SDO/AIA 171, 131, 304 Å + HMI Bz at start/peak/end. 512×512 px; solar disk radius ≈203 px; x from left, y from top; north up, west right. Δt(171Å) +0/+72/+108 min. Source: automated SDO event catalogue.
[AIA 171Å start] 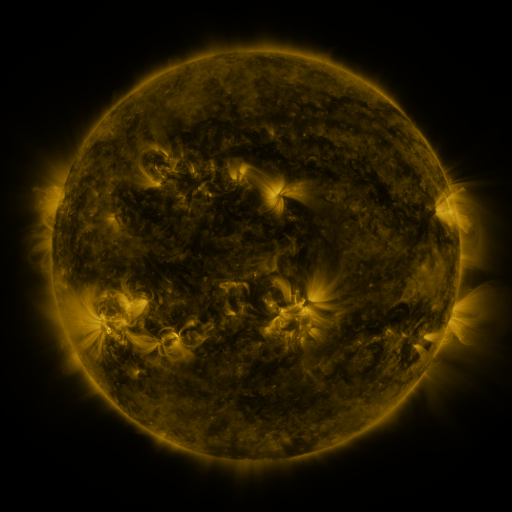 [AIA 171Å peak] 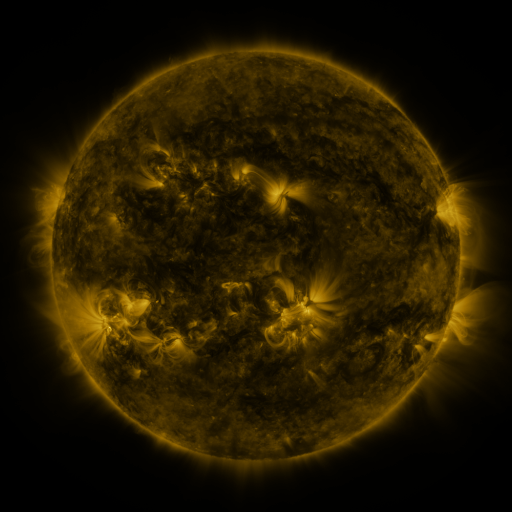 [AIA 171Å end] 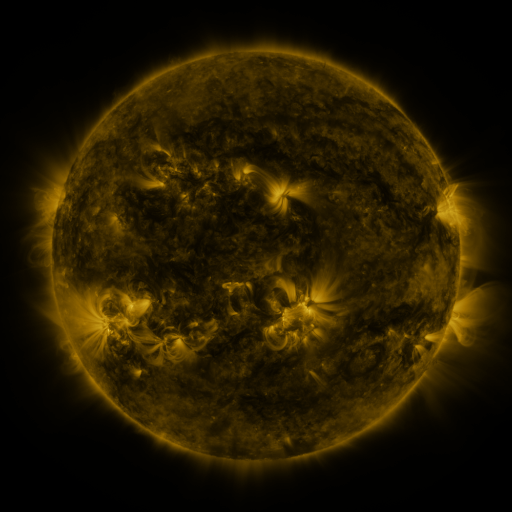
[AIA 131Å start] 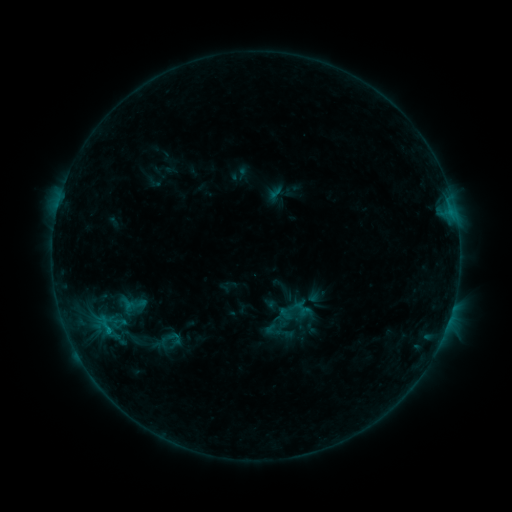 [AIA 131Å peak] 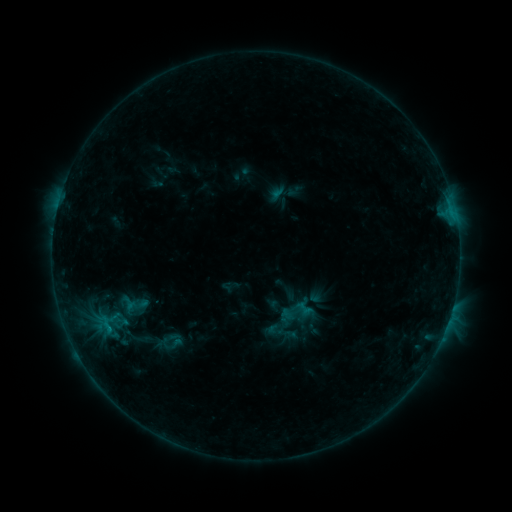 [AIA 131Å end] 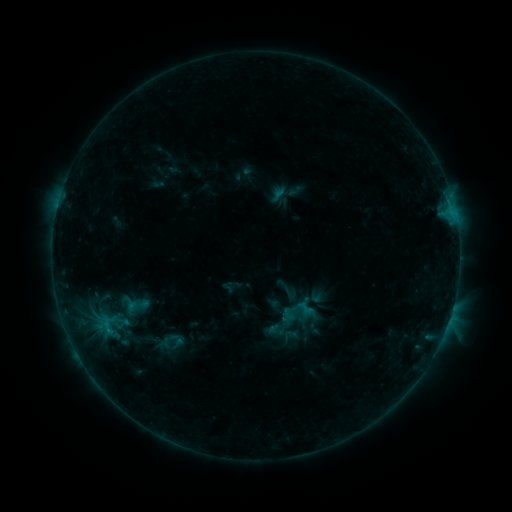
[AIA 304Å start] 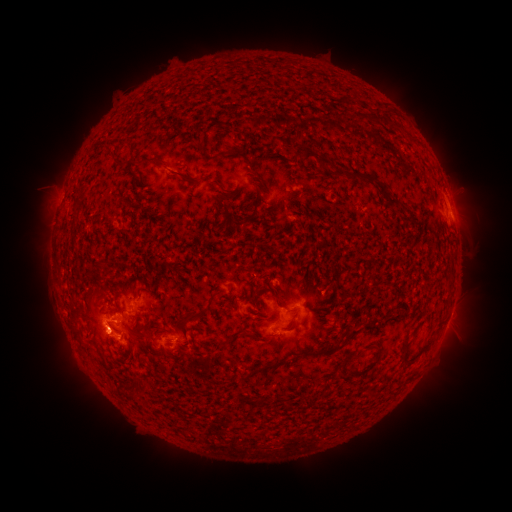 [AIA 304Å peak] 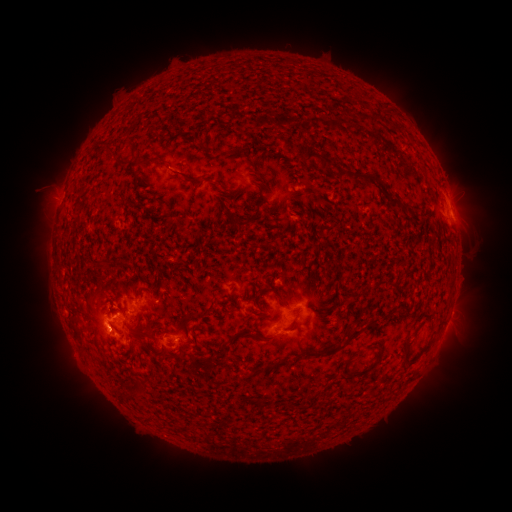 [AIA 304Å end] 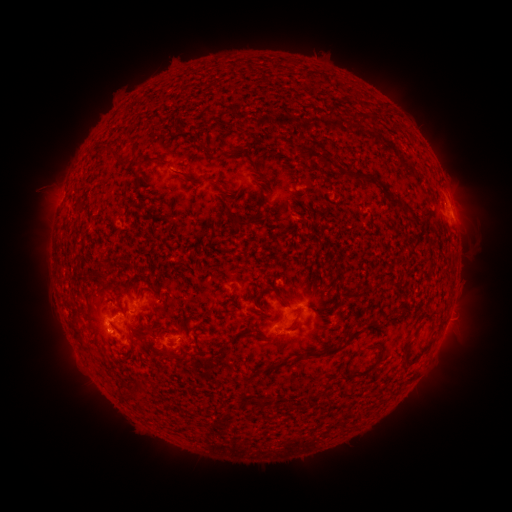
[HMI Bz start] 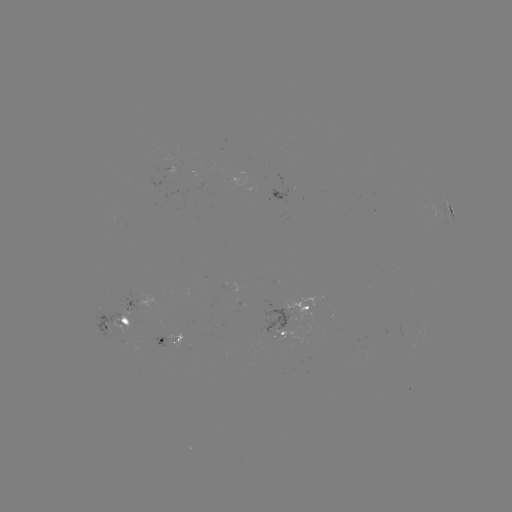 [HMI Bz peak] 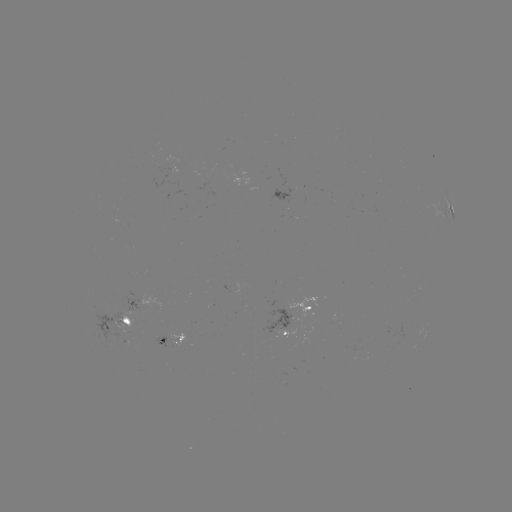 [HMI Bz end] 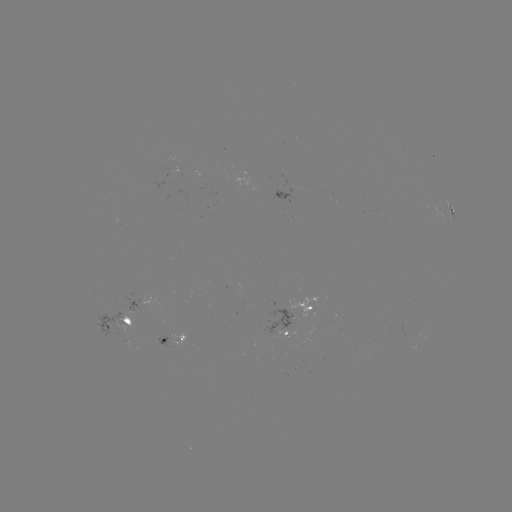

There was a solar emerging-flux region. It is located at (162, 184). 